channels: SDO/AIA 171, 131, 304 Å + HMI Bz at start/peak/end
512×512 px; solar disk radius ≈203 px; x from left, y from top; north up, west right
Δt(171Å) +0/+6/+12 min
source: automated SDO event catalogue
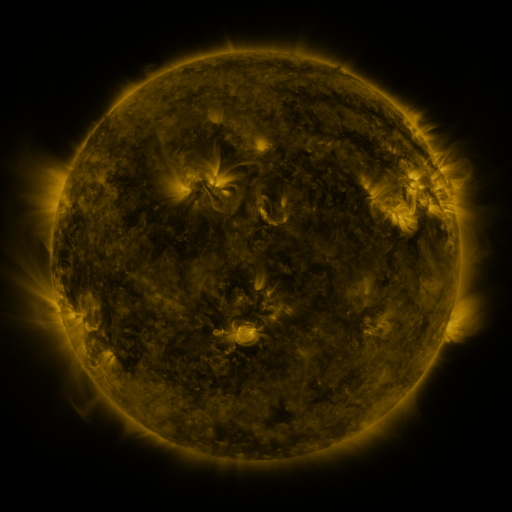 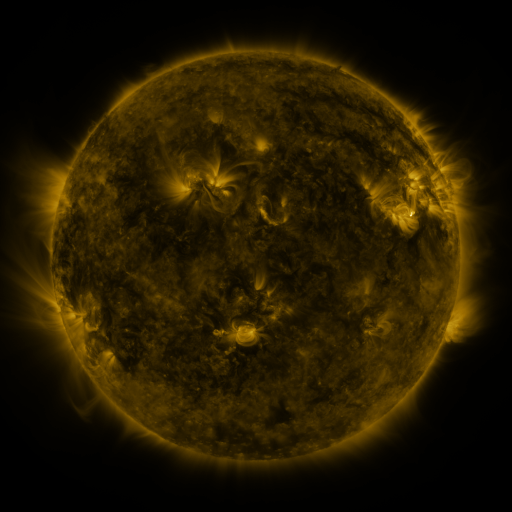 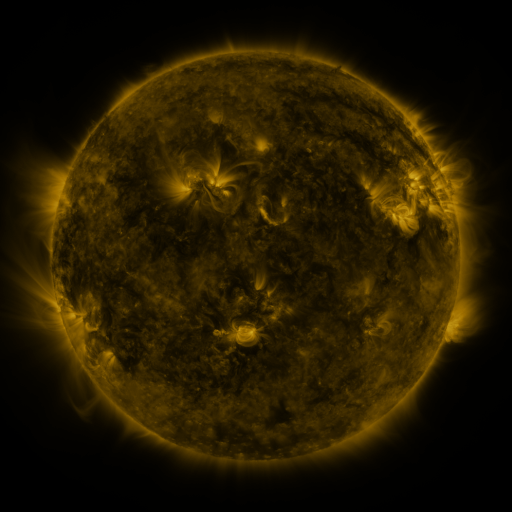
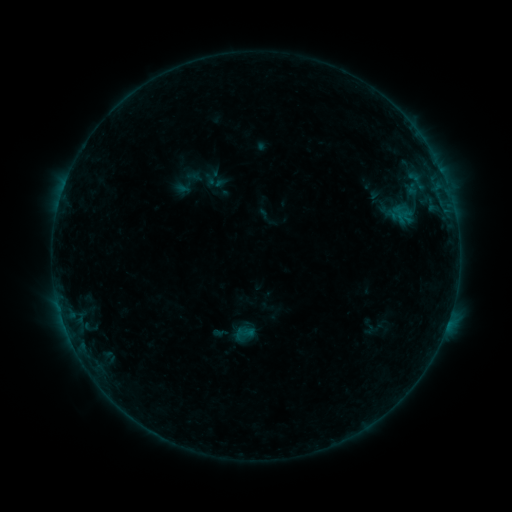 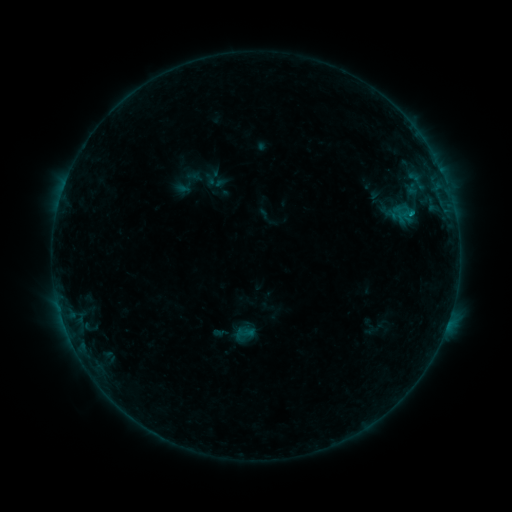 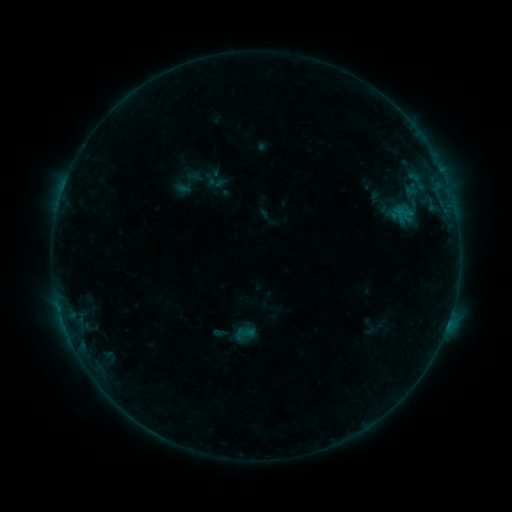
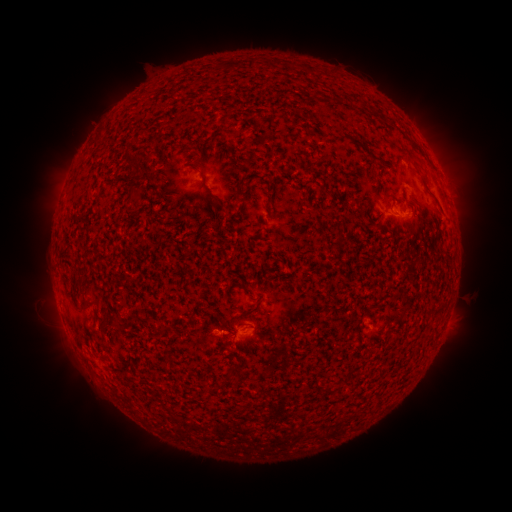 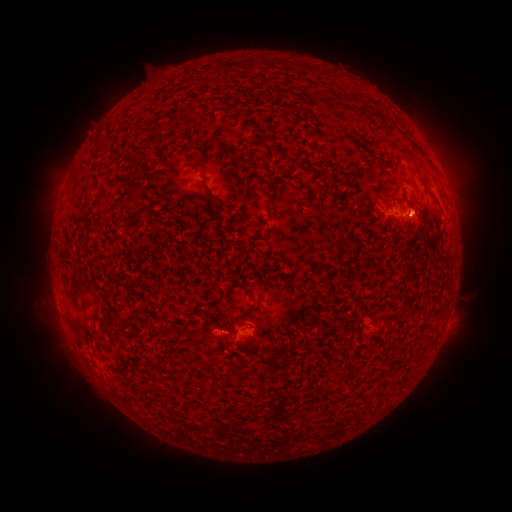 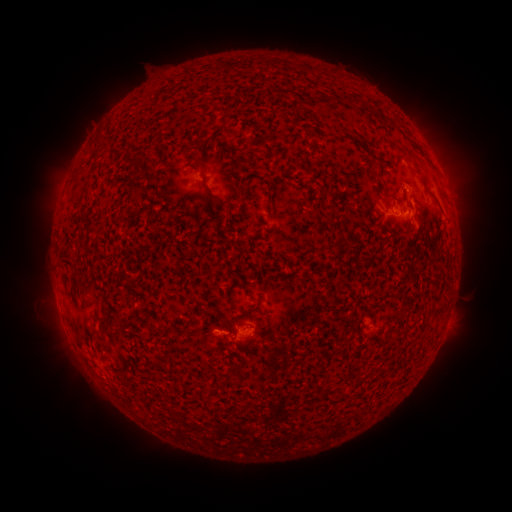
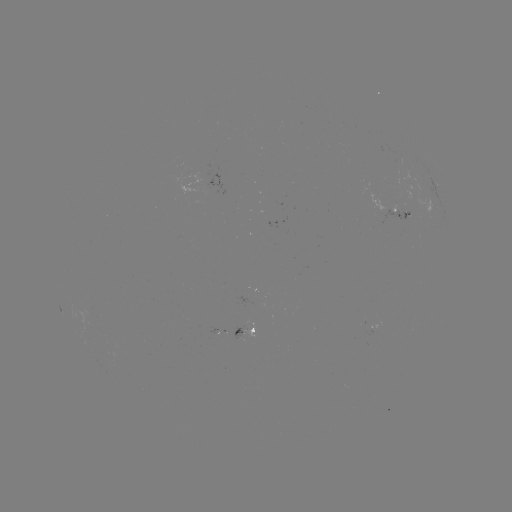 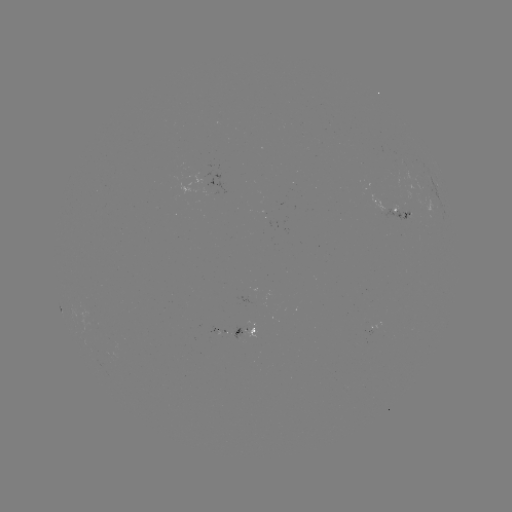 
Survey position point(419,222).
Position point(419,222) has eruption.